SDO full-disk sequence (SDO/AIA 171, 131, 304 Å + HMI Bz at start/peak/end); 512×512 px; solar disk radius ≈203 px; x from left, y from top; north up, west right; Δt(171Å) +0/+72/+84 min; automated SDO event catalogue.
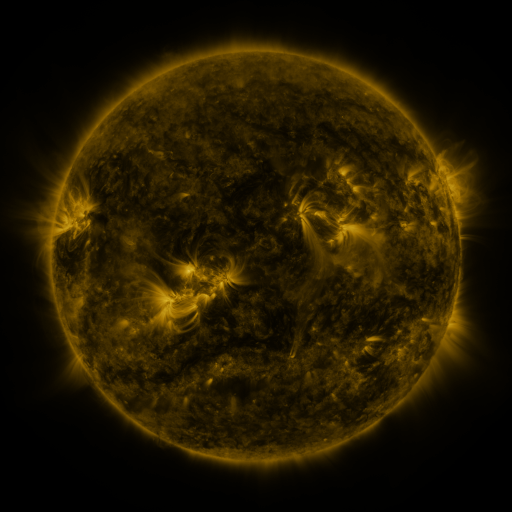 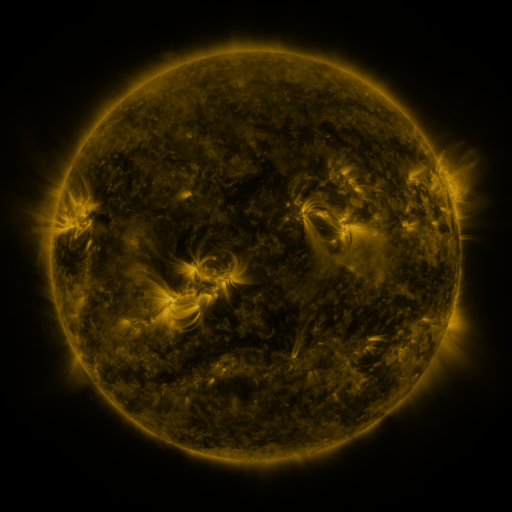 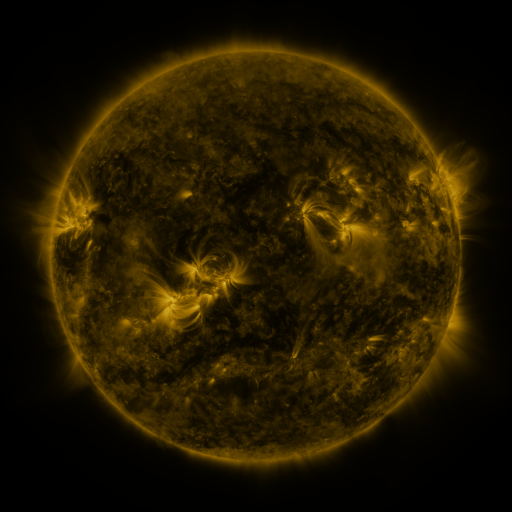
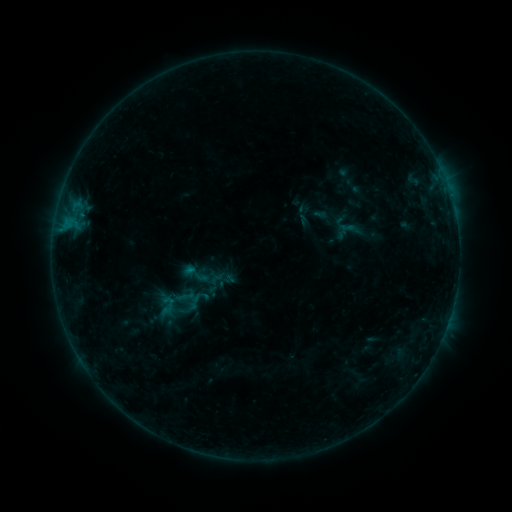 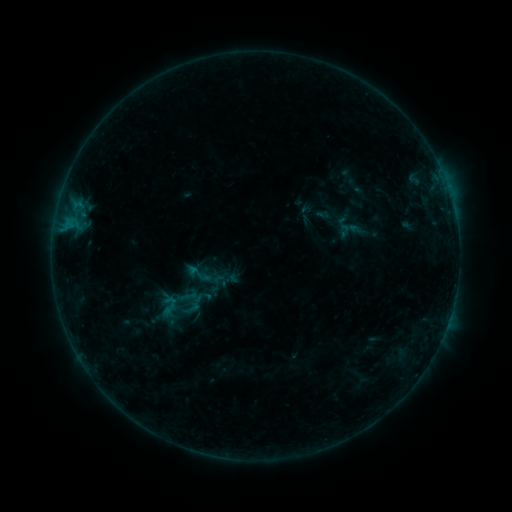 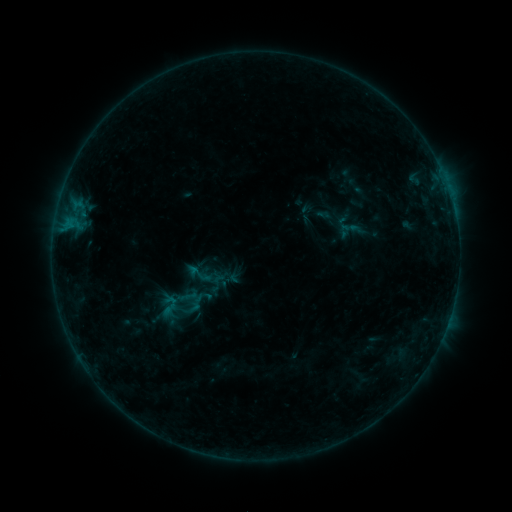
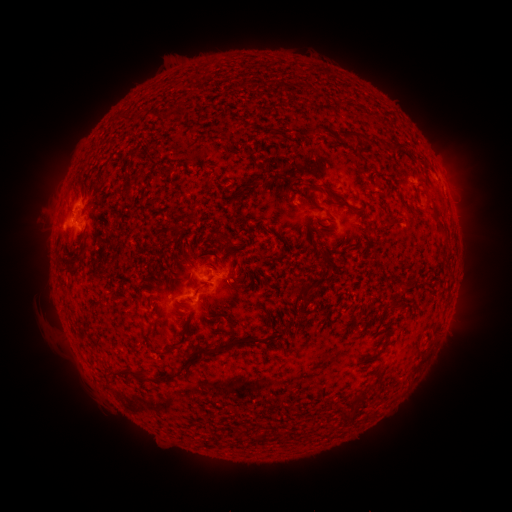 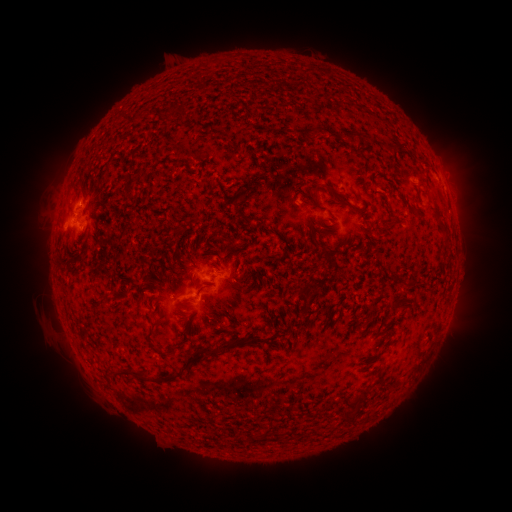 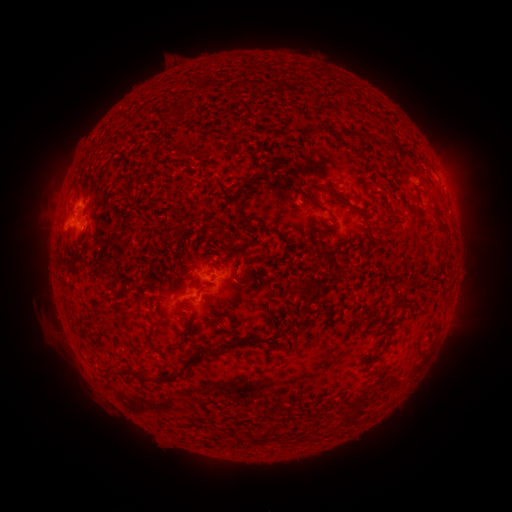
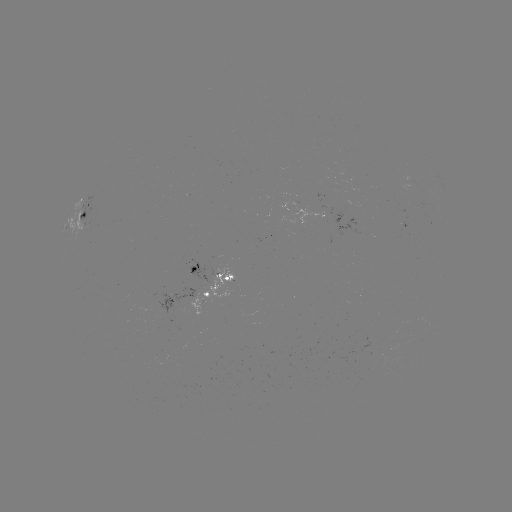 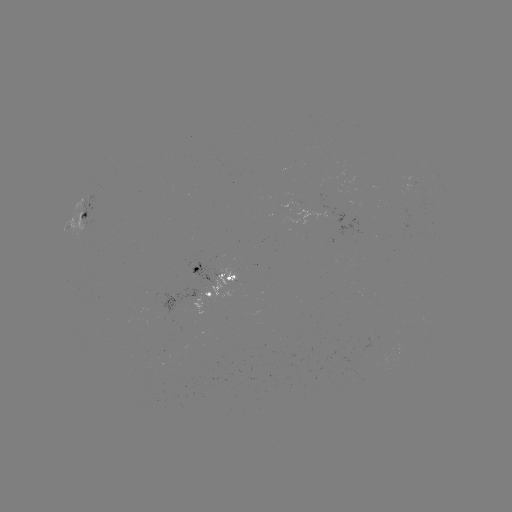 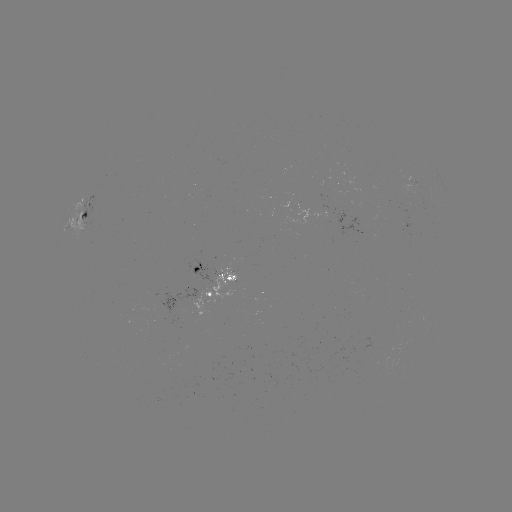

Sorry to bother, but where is emerging-flux region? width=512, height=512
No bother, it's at (203, 300).